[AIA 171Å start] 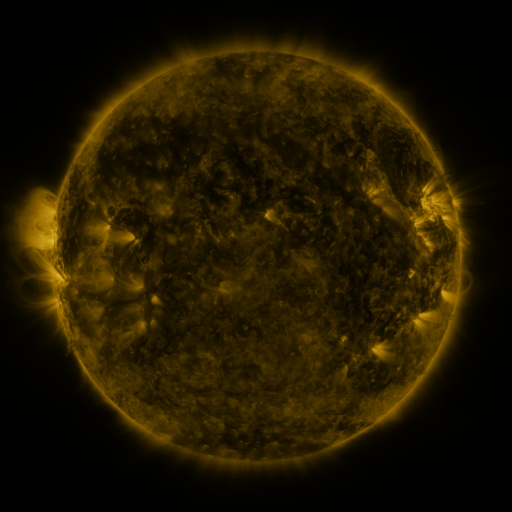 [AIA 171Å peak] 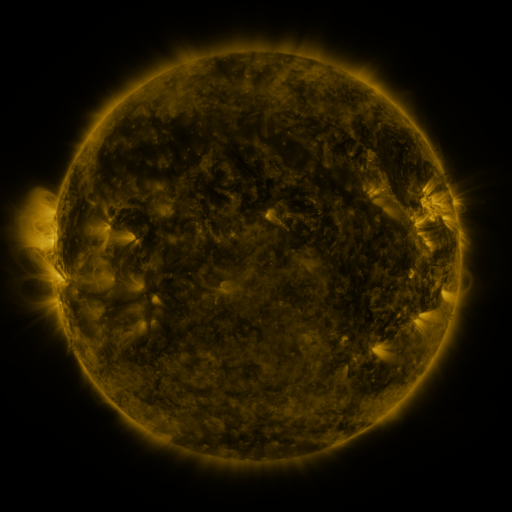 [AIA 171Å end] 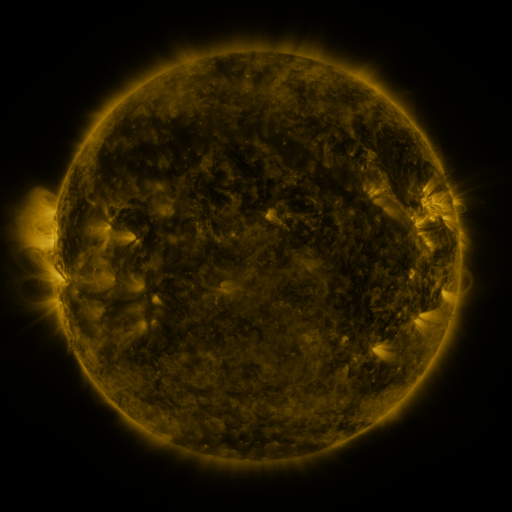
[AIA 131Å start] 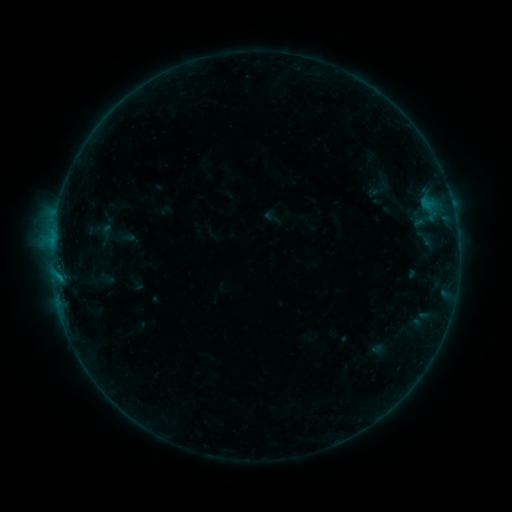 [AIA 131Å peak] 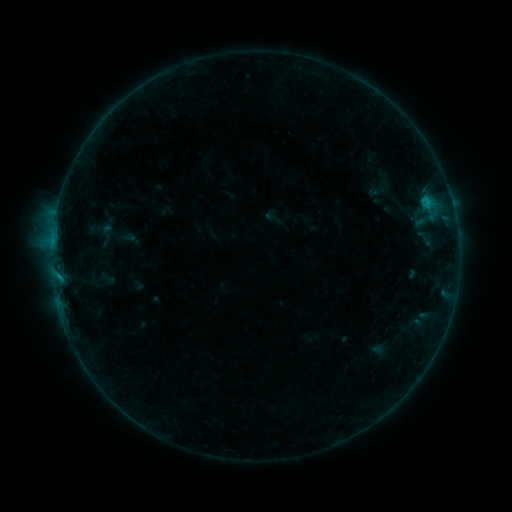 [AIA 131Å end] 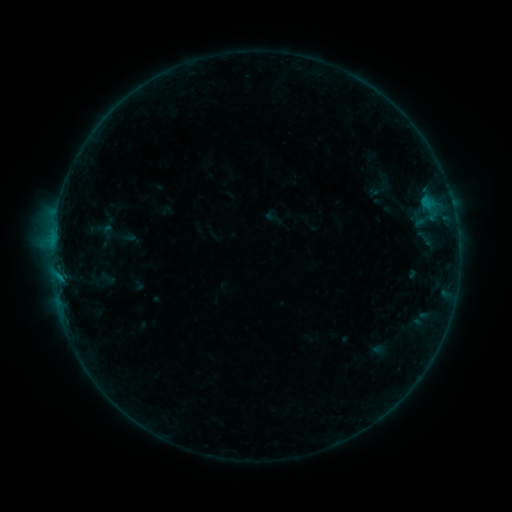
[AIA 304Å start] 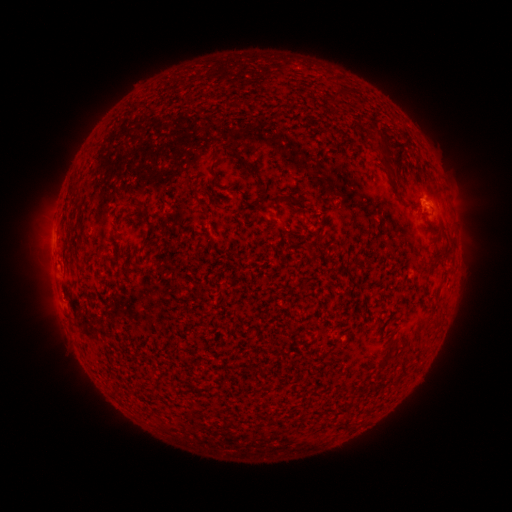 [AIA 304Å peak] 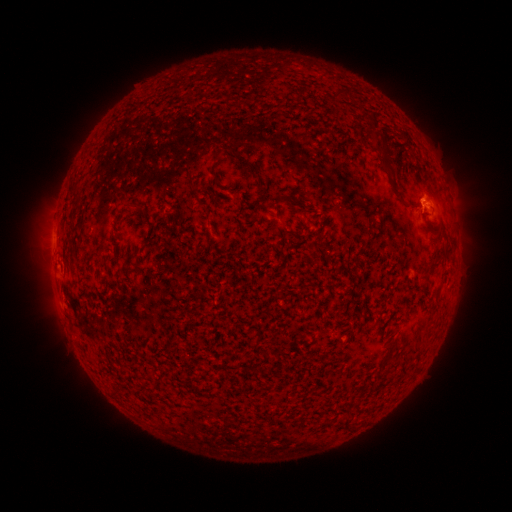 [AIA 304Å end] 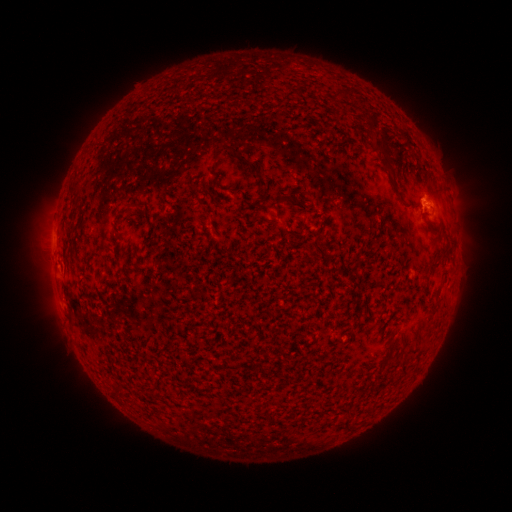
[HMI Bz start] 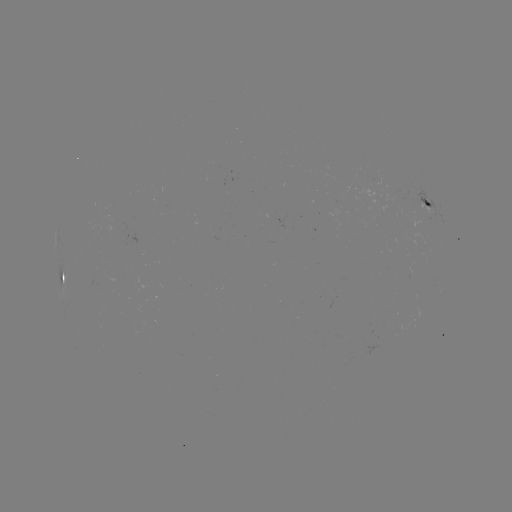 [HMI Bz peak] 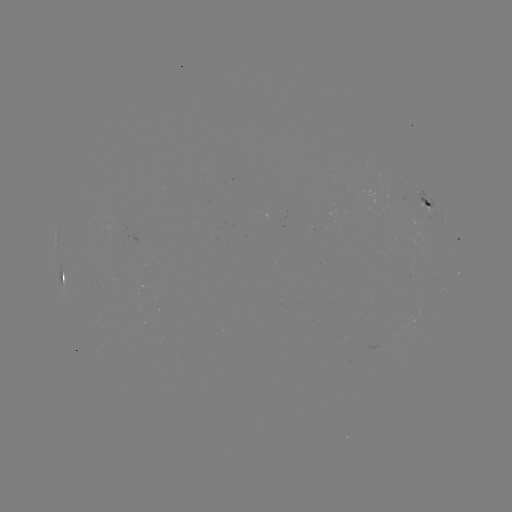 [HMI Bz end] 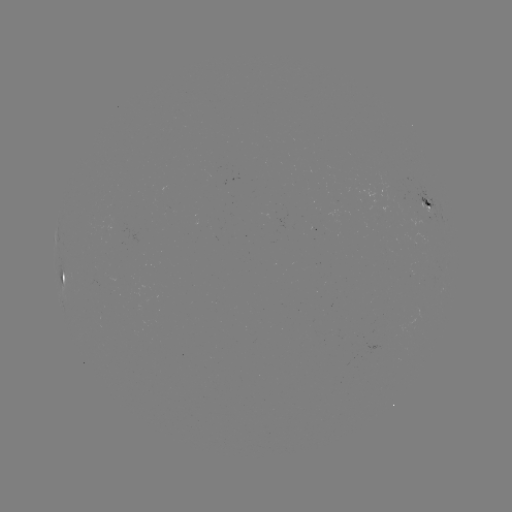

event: flare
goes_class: B4.9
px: (425, 200)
